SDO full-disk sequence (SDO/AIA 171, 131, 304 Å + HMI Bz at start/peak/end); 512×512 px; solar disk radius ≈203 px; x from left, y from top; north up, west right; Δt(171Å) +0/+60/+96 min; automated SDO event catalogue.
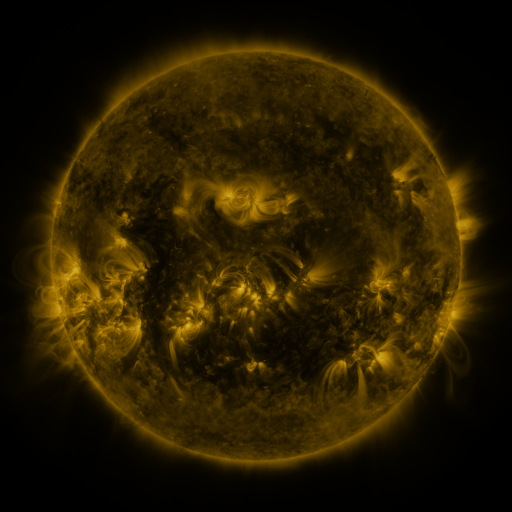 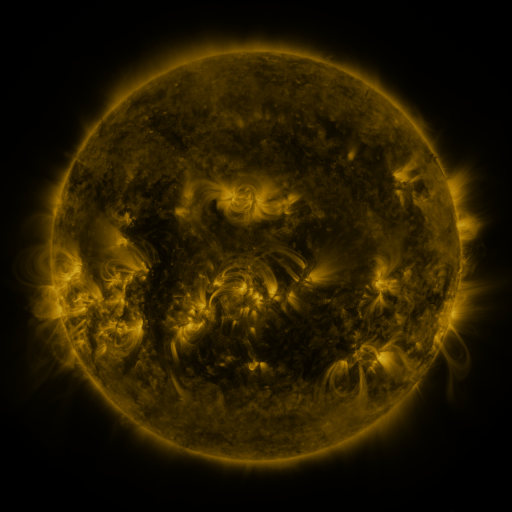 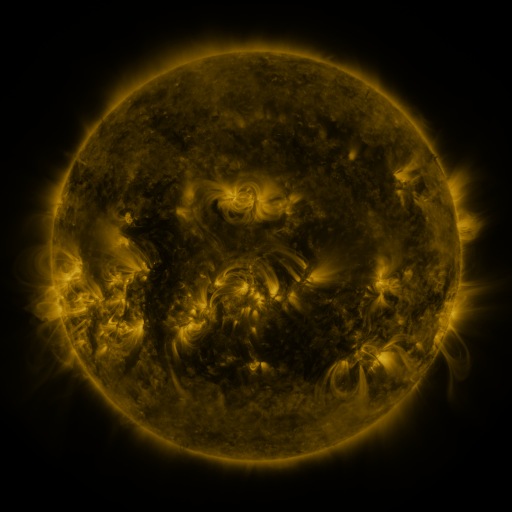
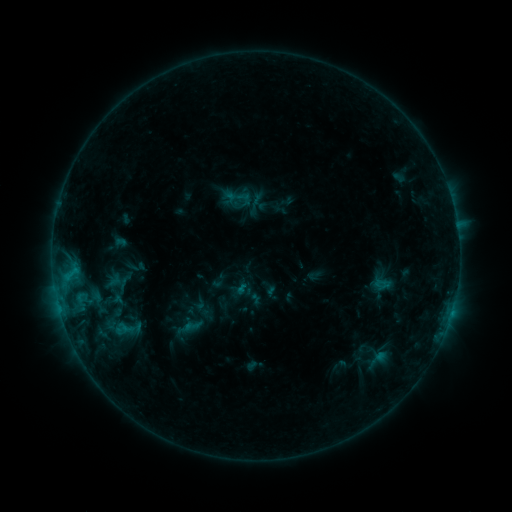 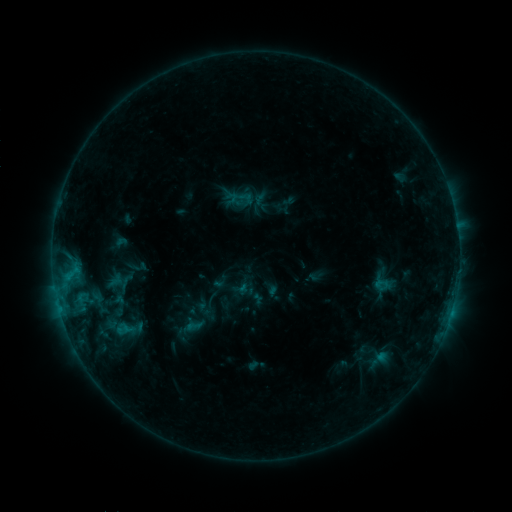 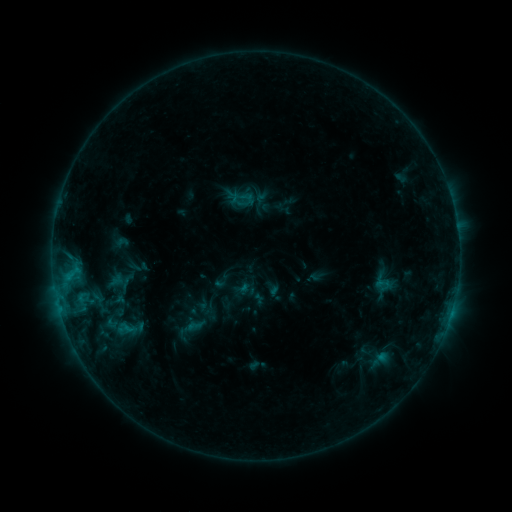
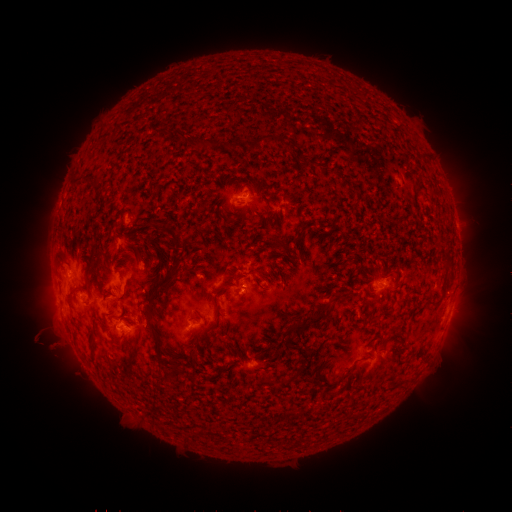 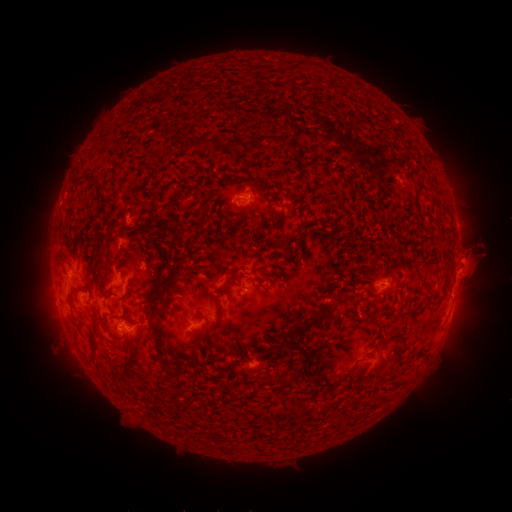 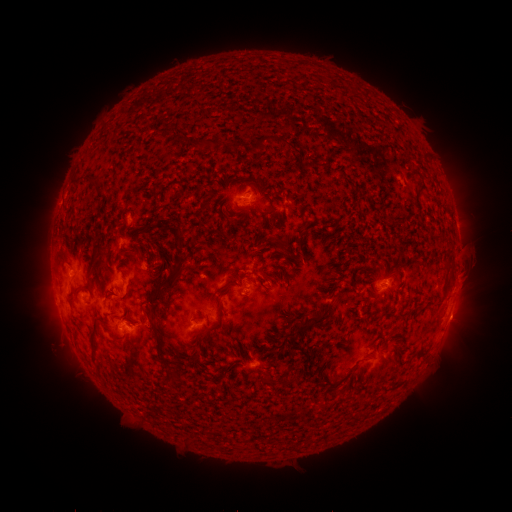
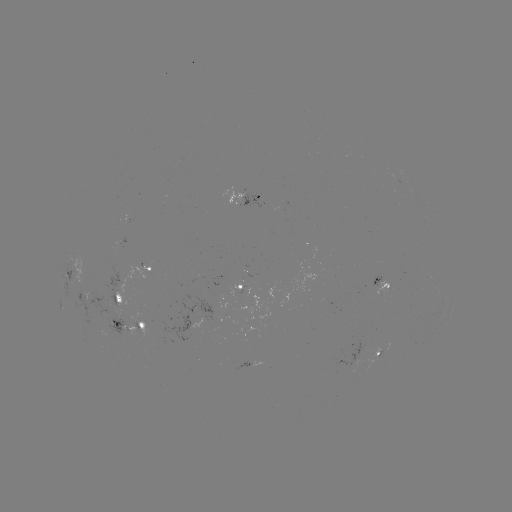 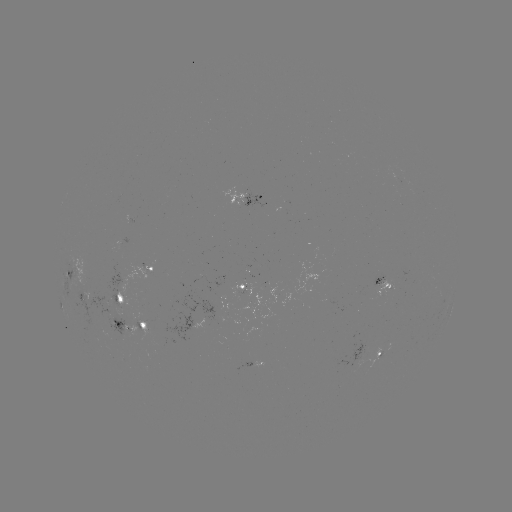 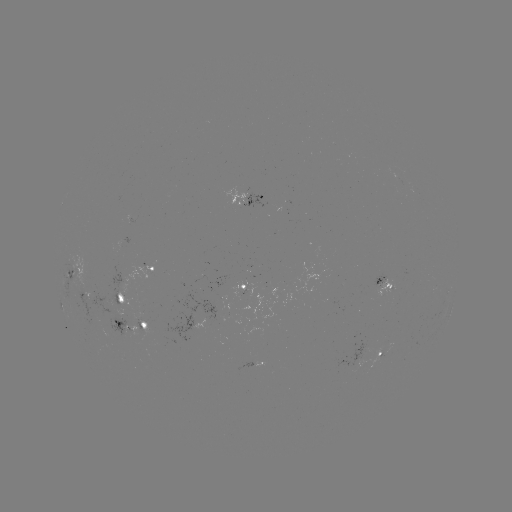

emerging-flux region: <bbox>385, 342, 392, 354</bbox>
